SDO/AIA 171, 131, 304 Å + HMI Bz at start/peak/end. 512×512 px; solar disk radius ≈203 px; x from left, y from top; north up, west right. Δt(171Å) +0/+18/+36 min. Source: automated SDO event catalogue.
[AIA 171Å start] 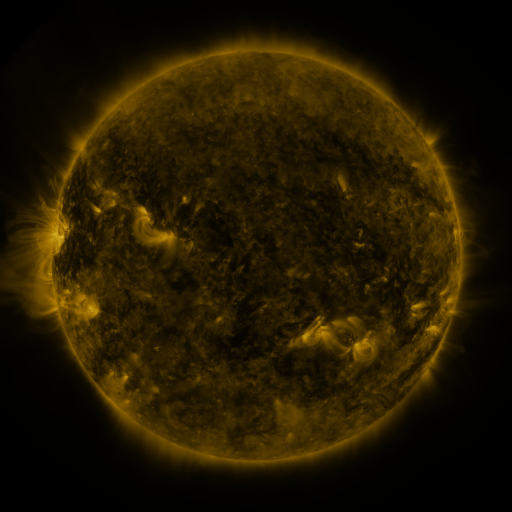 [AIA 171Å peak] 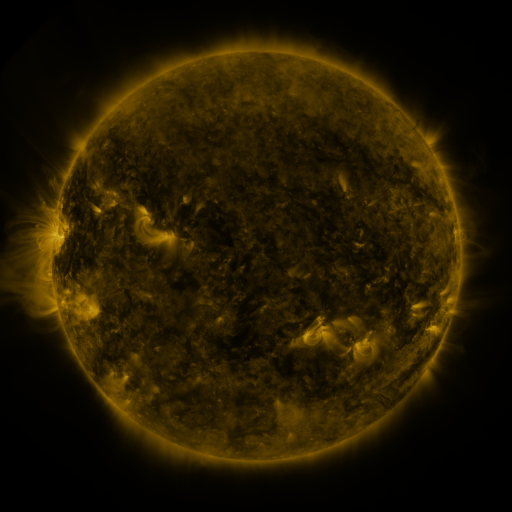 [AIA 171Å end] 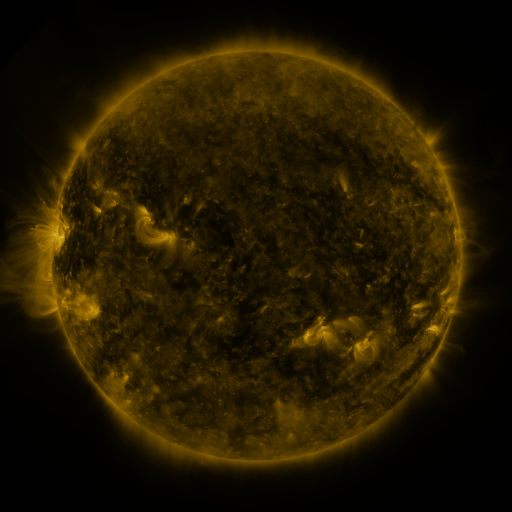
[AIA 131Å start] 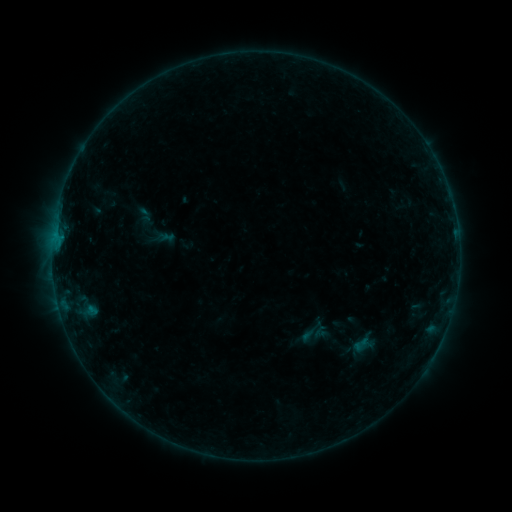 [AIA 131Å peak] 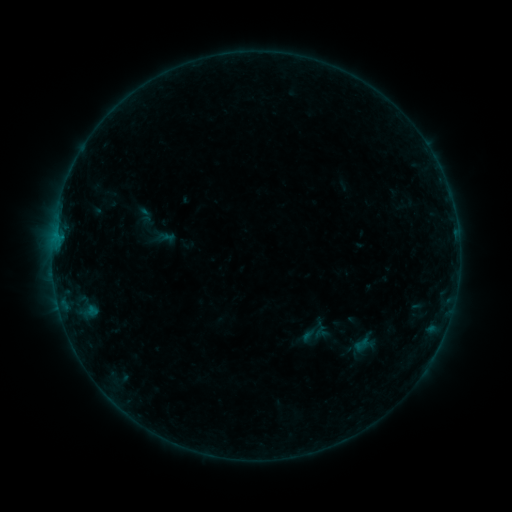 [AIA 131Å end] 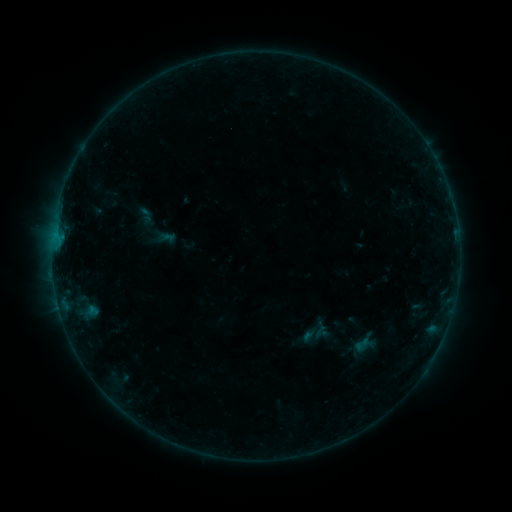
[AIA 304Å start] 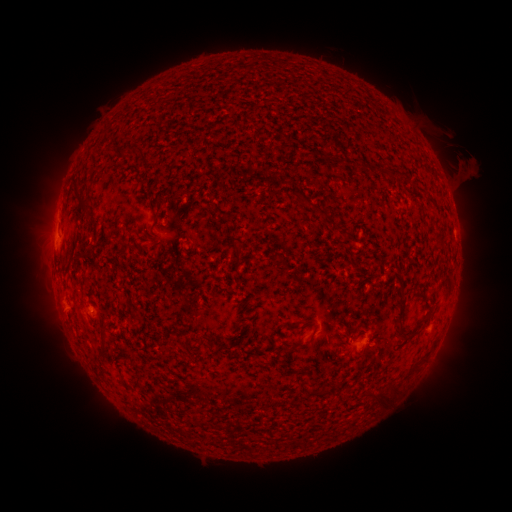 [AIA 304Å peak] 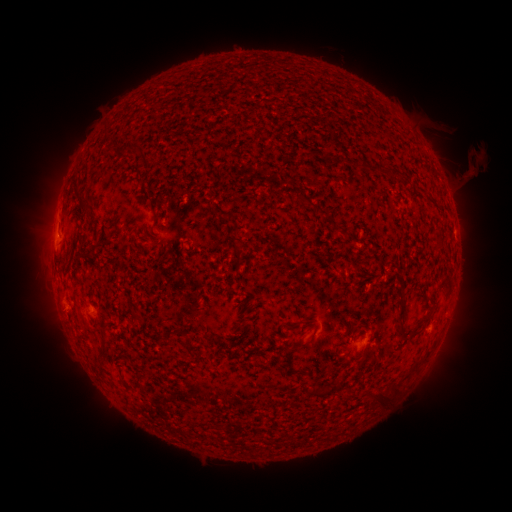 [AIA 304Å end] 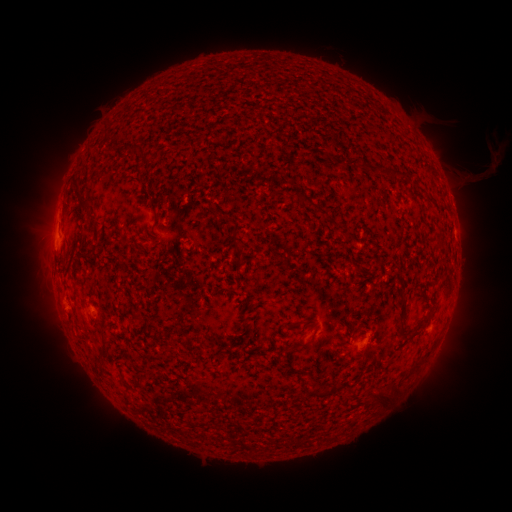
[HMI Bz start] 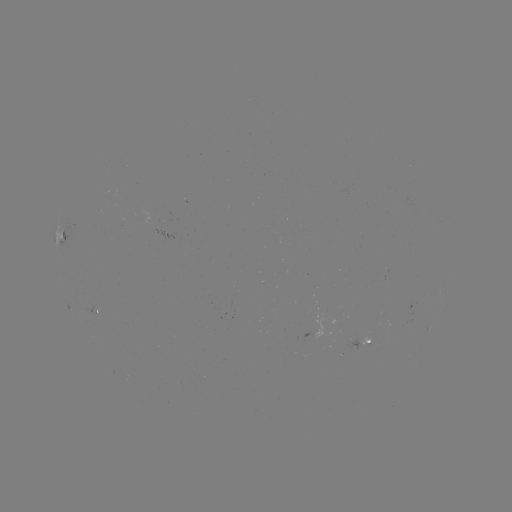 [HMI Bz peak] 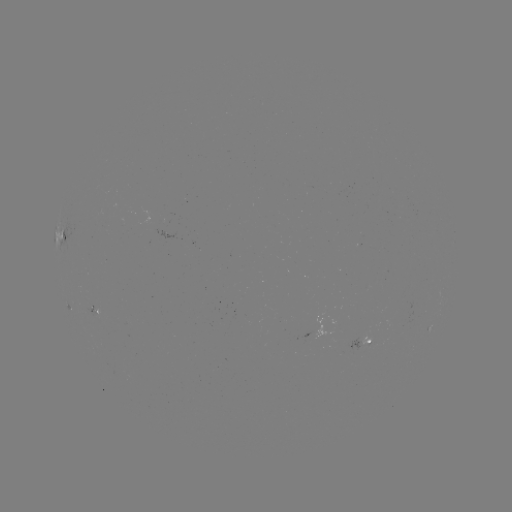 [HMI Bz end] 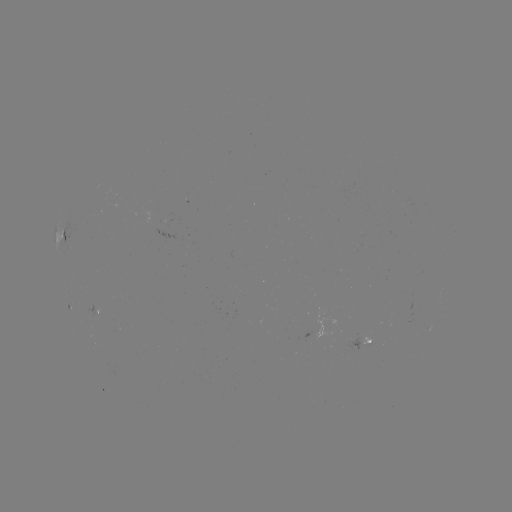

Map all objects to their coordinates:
eruption: (473, 163)
